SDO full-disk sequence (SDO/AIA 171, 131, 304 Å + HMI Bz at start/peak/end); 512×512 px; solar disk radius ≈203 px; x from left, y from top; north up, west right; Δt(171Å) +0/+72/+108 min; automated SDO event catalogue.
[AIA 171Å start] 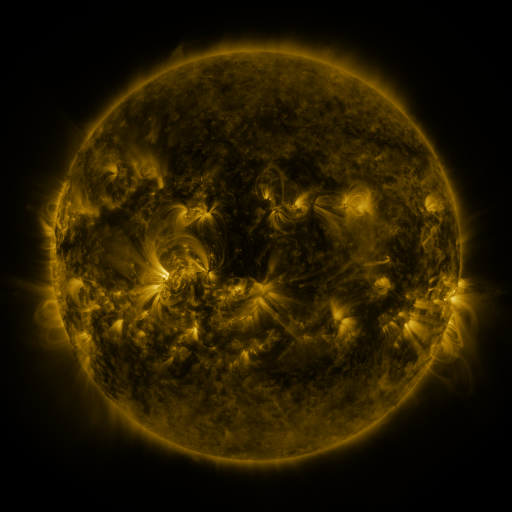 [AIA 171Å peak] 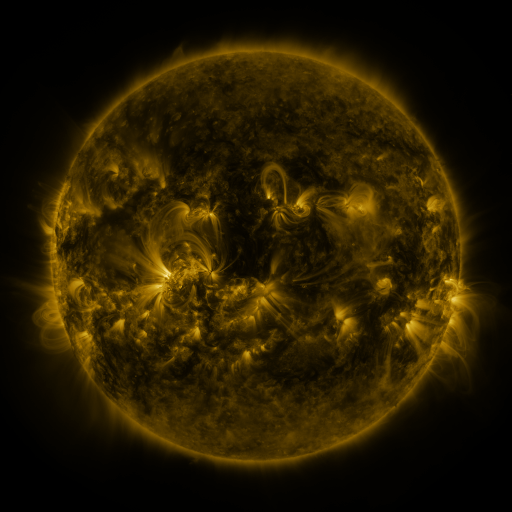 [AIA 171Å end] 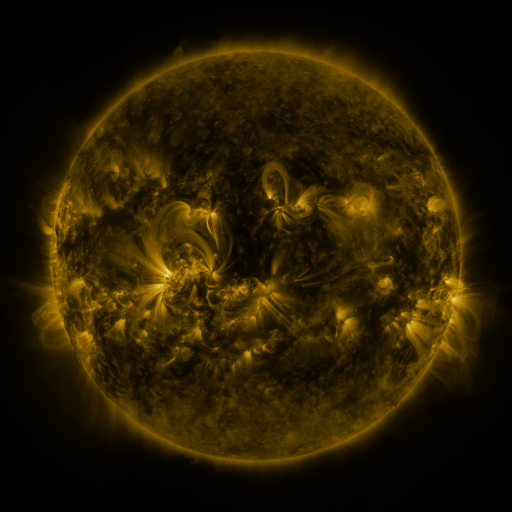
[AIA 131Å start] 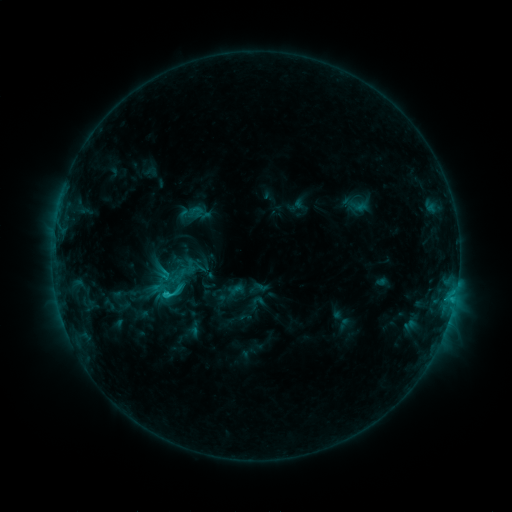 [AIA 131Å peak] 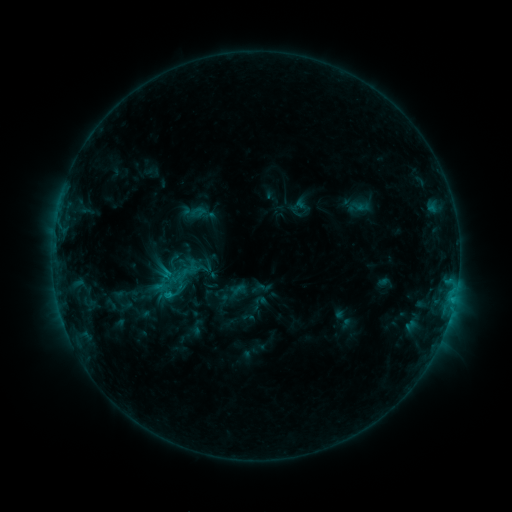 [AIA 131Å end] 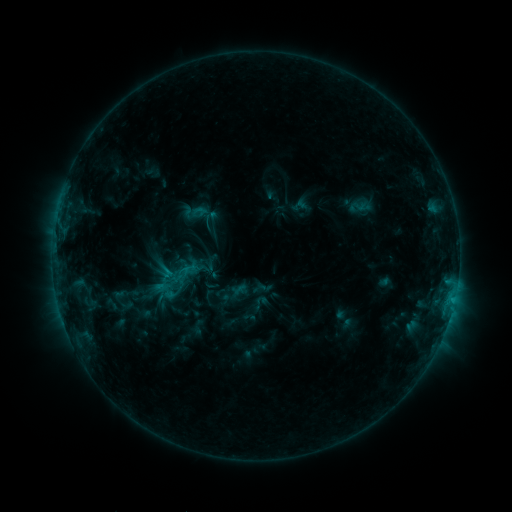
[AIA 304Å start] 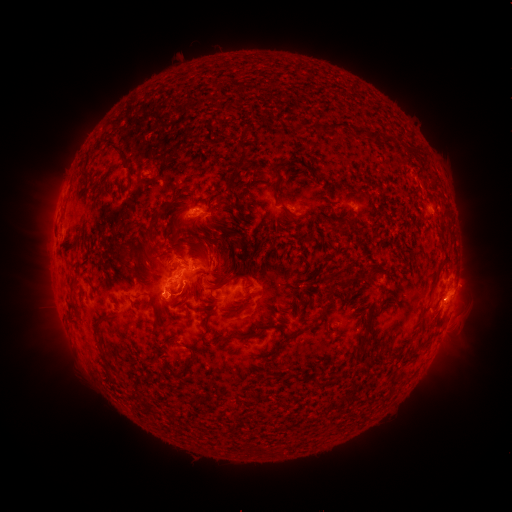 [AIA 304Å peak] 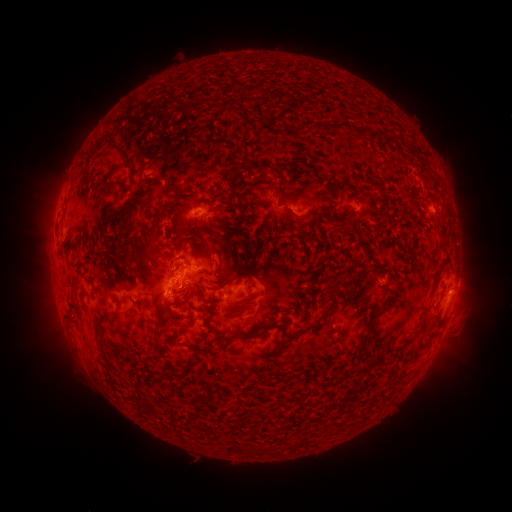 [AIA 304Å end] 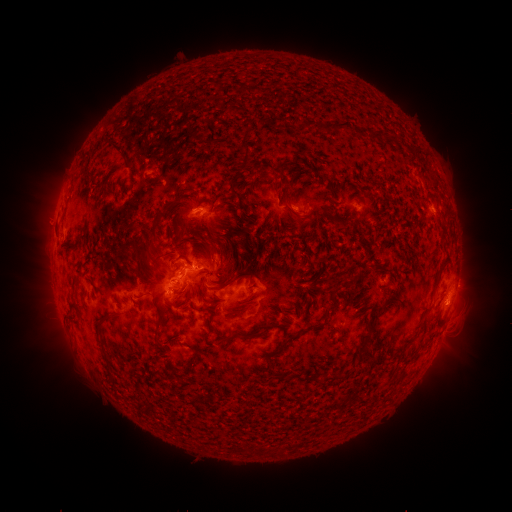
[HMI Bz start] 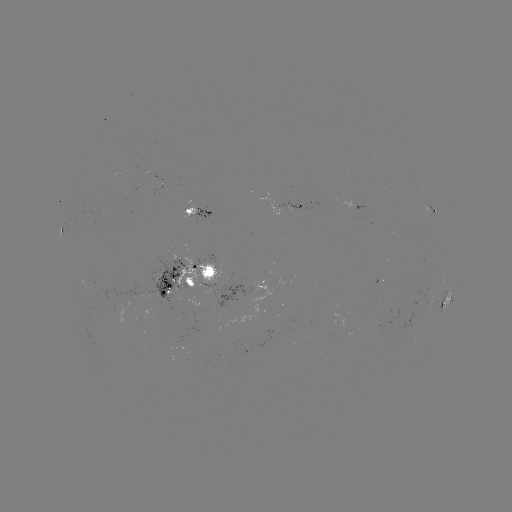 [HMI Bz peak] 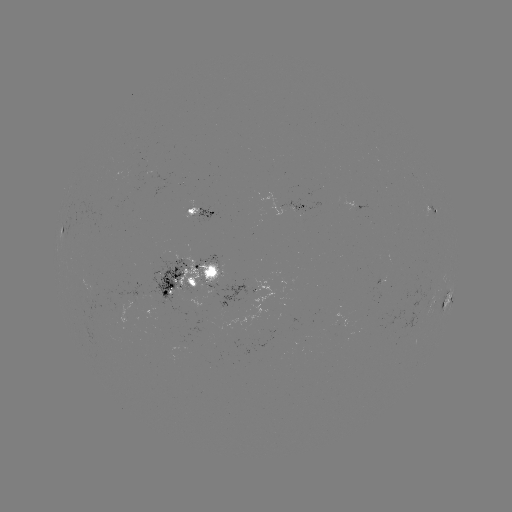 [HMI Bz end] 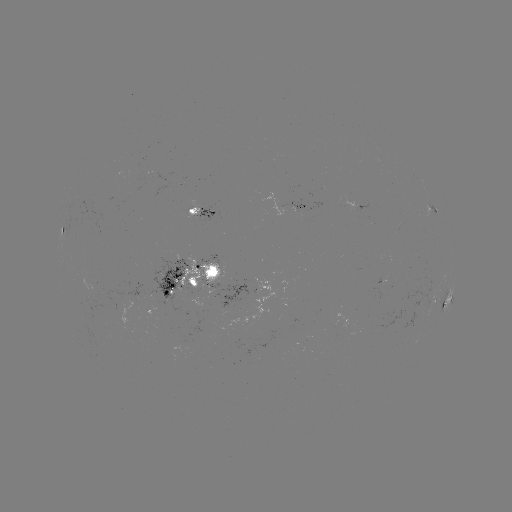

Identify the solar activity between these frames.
emerging-flux region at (184, 343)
